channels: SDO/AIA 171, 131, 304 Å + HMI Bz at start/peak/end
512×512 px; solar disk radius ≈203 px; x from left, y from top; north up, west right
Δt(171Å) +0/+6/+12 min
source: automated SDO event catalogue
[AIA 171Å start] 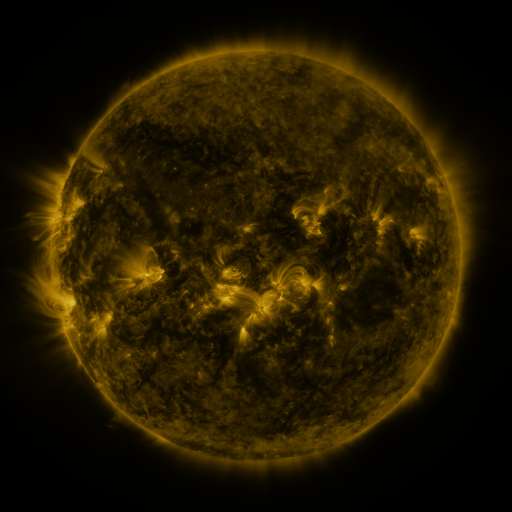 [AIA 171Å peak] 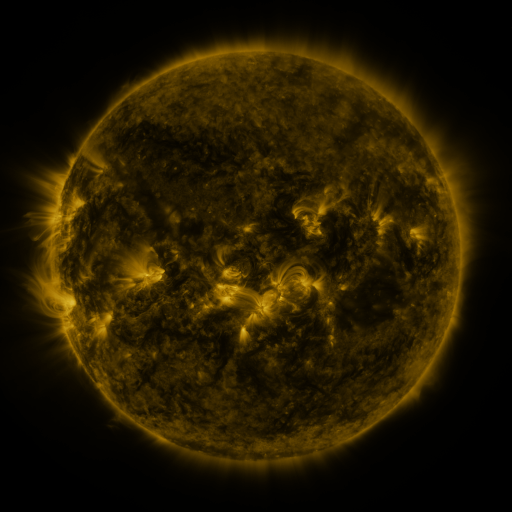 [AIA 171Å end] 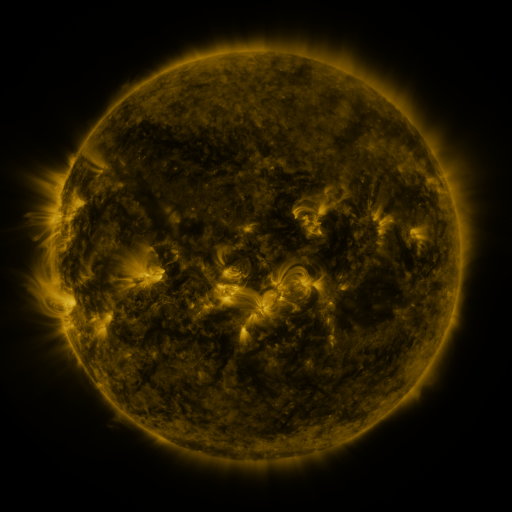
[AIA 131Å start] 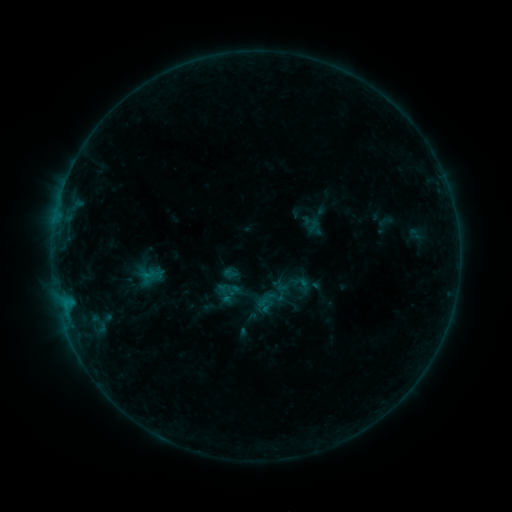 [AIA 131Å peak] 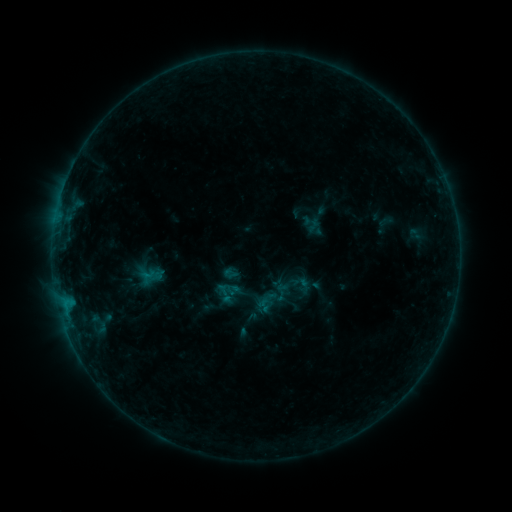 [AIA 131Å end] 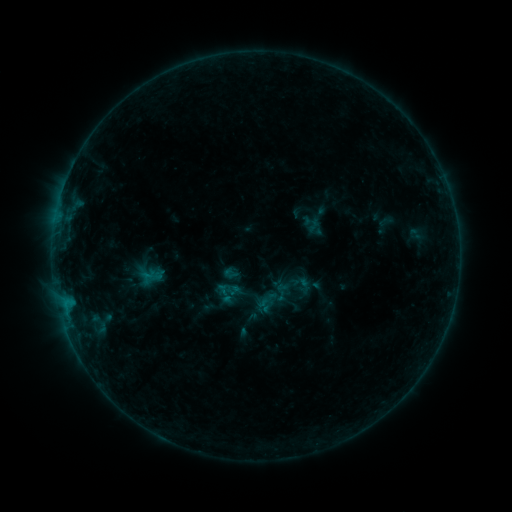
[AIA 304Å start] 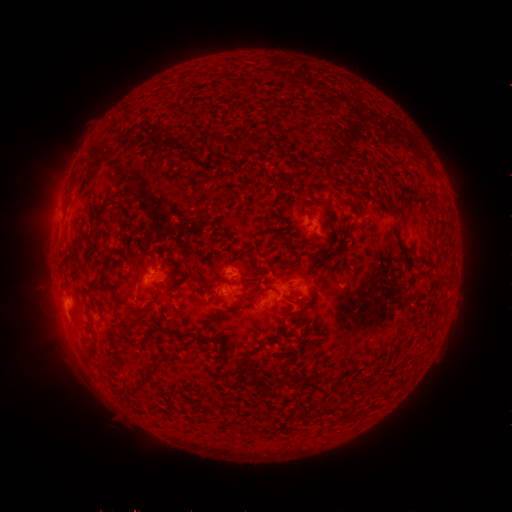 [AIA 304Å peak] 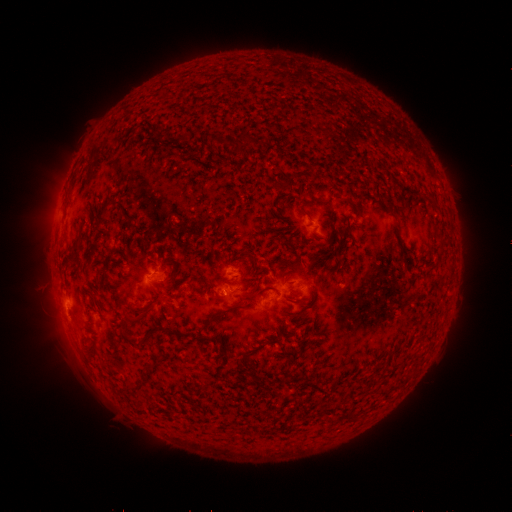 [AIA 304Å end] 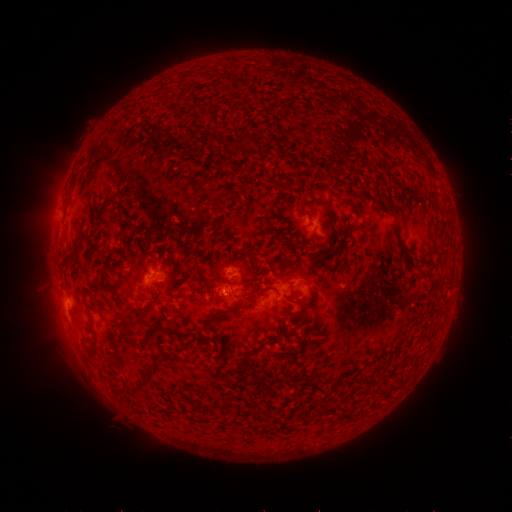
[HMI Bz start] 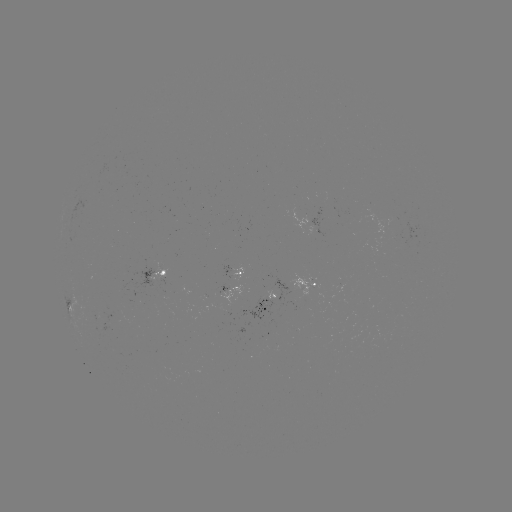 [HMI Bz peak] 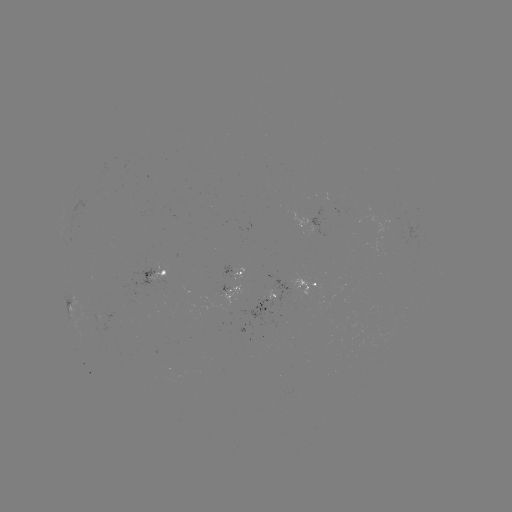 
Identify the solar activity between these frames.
nothing was catalogued: no classed flare, no EUV trigger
